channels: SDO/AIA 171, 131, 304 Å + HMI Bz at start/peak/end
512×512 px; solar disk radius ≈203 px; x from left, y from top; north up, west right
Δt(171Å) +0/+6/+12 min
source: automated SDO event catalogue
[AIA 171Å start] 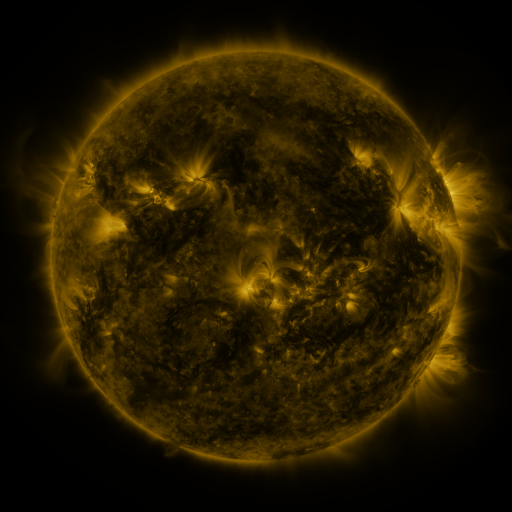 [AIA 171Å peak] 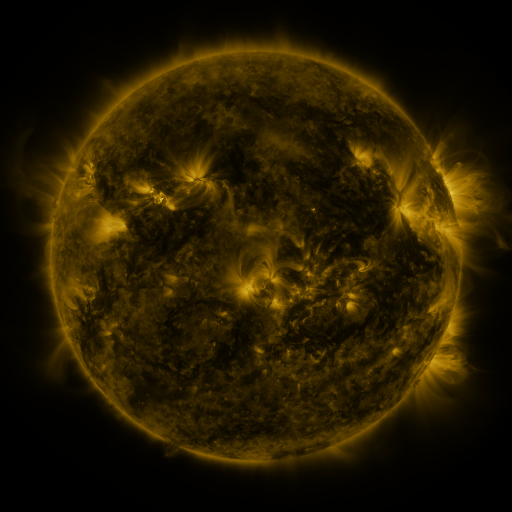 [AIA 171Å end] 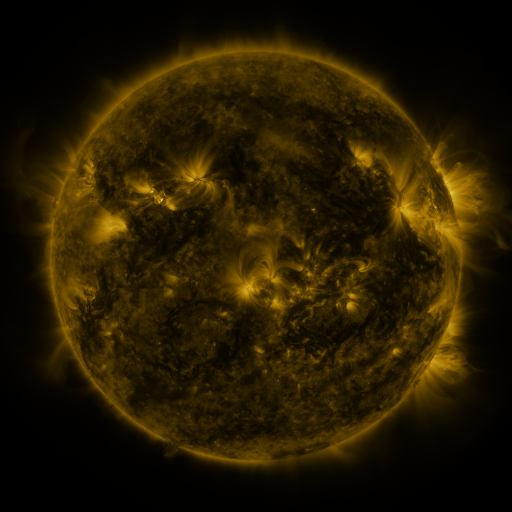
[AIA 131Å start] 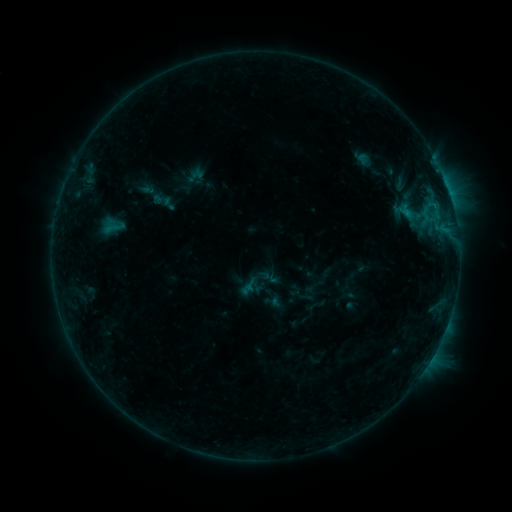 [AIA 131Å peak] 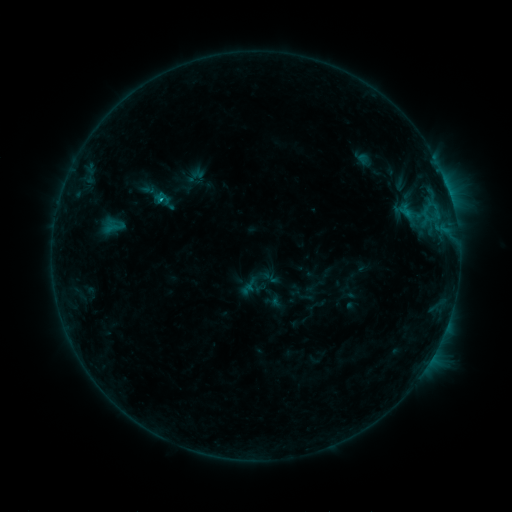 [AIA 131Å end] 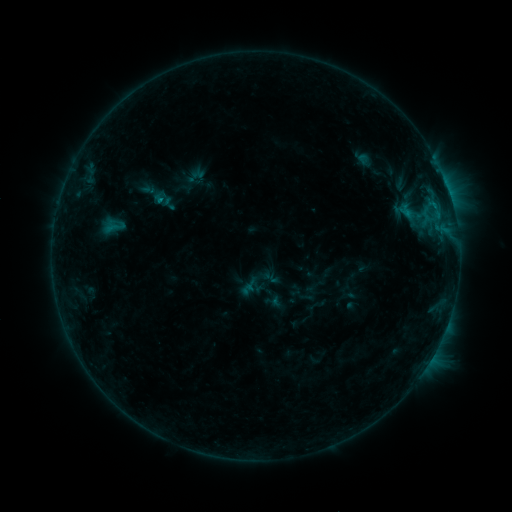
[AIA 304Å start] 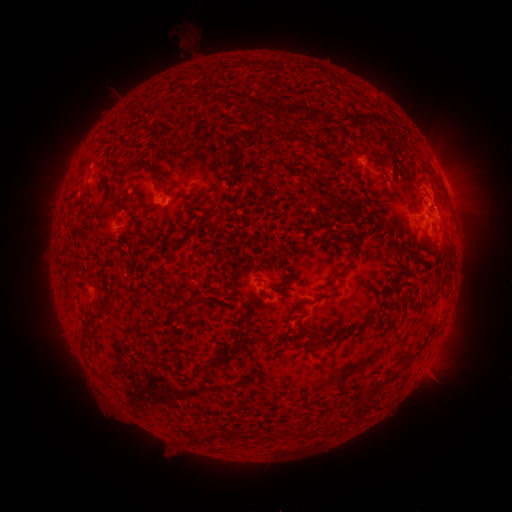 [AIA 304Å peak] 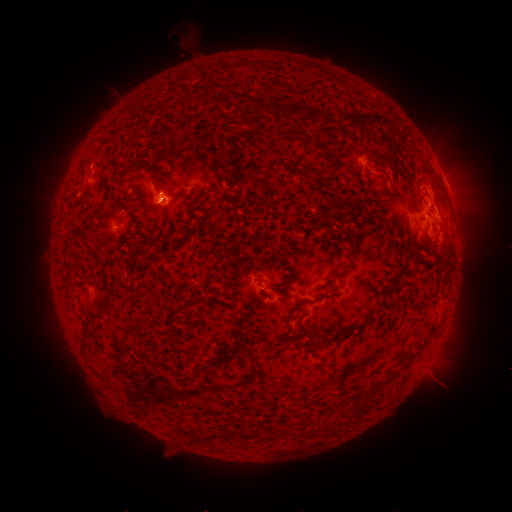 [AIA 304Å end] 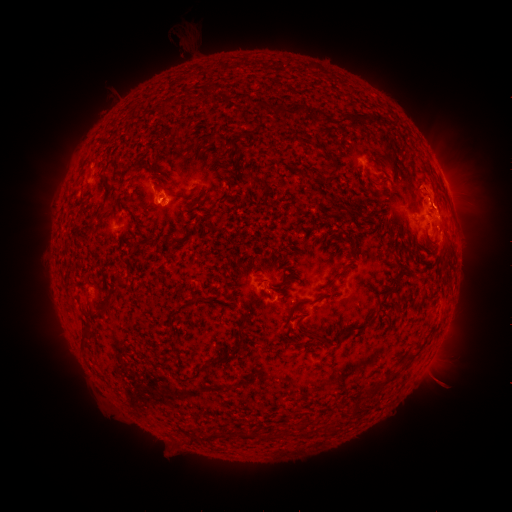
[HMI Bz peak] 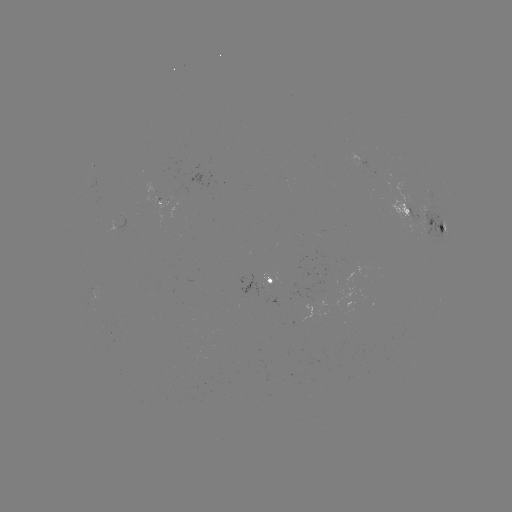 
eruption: <bbox>137, 169, 191, 249</bbox>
